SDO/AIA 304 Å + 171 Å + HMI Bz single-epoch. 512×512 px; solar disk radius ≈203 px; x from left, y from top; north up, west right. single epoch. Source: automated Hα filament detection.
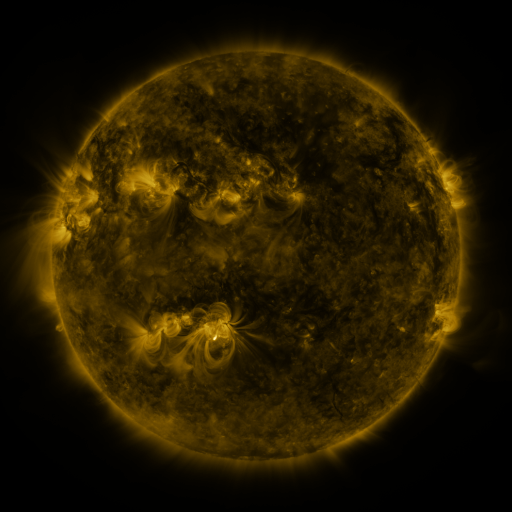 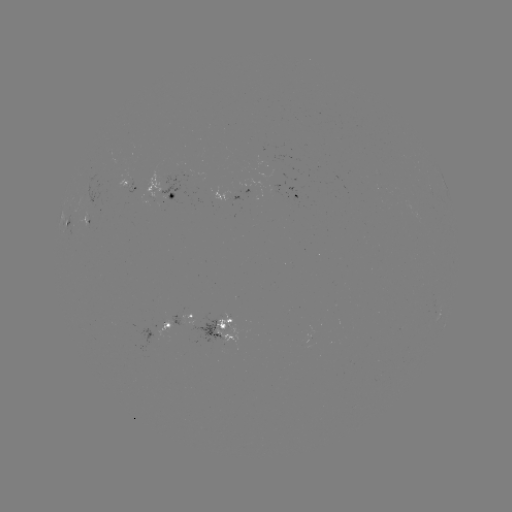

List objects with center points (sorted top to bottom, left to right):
filament: <bbox>180, 88, 192, 100</bbox>
filament: <bbox>194, 100, 237, 142</bbox>
filament: <bbox>96, 134, 104, 154</bbox>
filament: <bbox>396, 137, 404, 148</bbox>
filament: <bbox>170, 158, 216, 191</bbox>
filament: <bbox>269, 159, 280, 186</bbox>
filament: <bbox>377, 161, 392, 170</bbox>
filament: <bbox>112, 170, 118, 183</bbox>
filament: <bbox>365, 172, 377, 199</bbox>
filament: <bbox>132, 195, 141, 218</bbox>
filament: <bbox>65, 219, 81, 240</bbox>
filament: <bbox>354, 255, 367, 272</bbox>
filament: <bbox>176, 306, 185, 319</bbox>
filament: <bbox>189, 310, 200, 327</bbox>
filament: <bbox>278, 331, 289, 339</bbox>
filament: <bbox>371, 344, 382, 354</bbox>
filament: <bbox>110, 375, 120, 384</bbox>
filament: <bbox>326, 390, 345, 426</bbox>
